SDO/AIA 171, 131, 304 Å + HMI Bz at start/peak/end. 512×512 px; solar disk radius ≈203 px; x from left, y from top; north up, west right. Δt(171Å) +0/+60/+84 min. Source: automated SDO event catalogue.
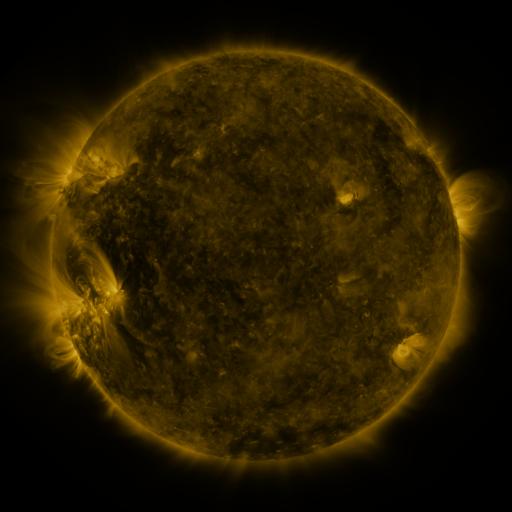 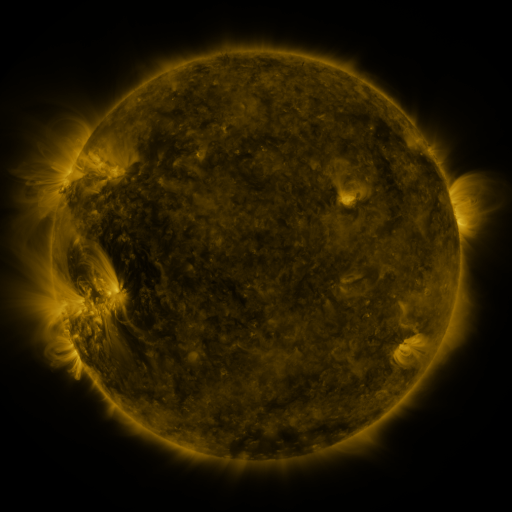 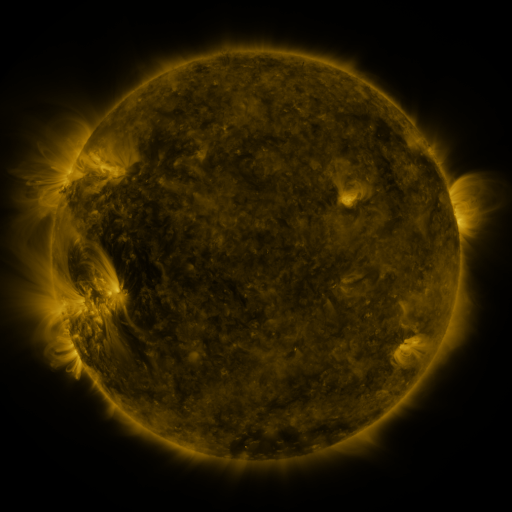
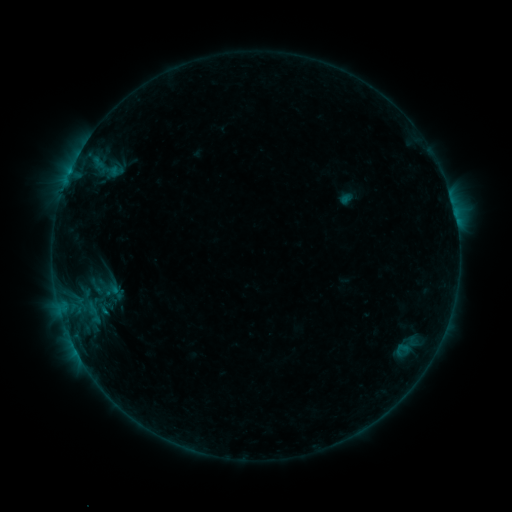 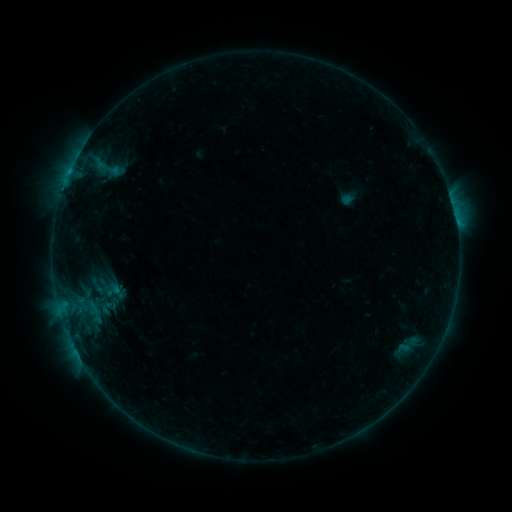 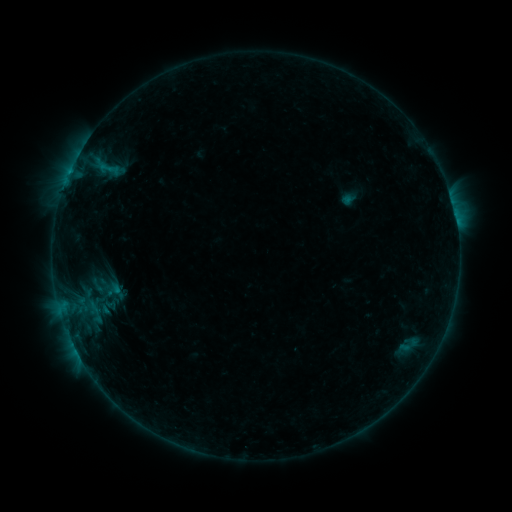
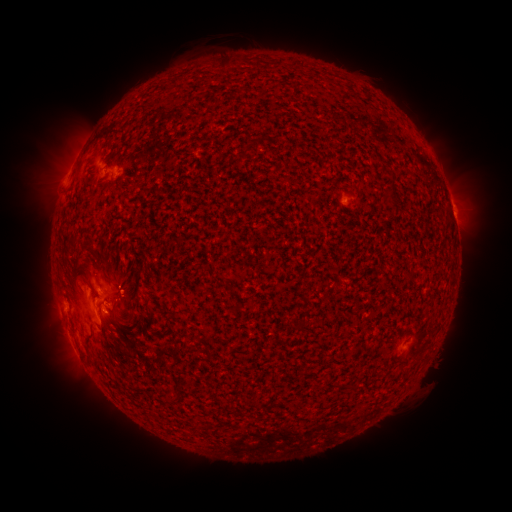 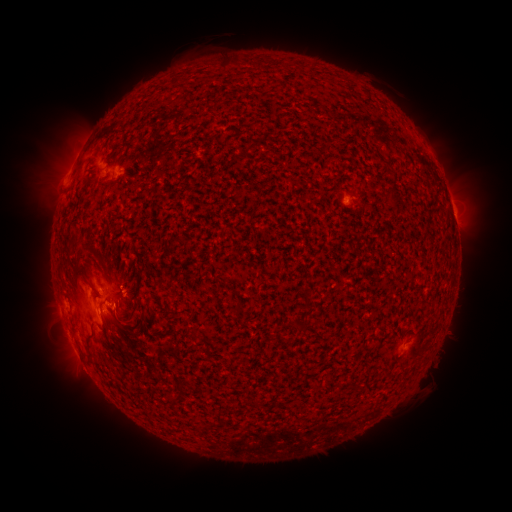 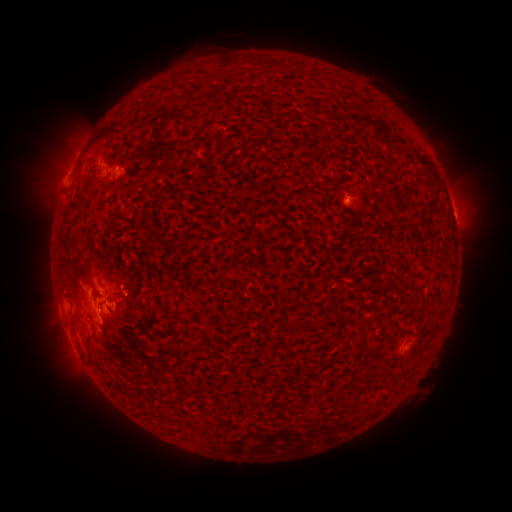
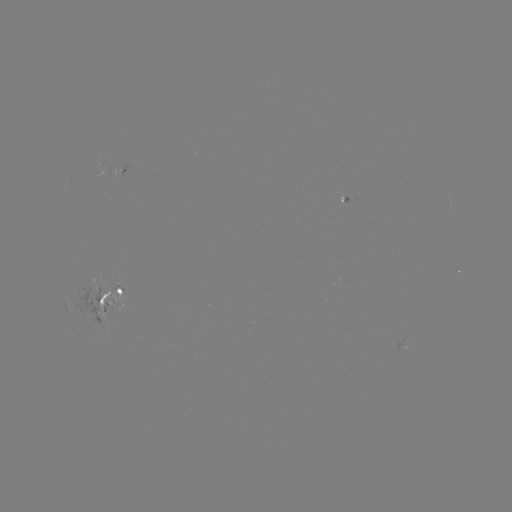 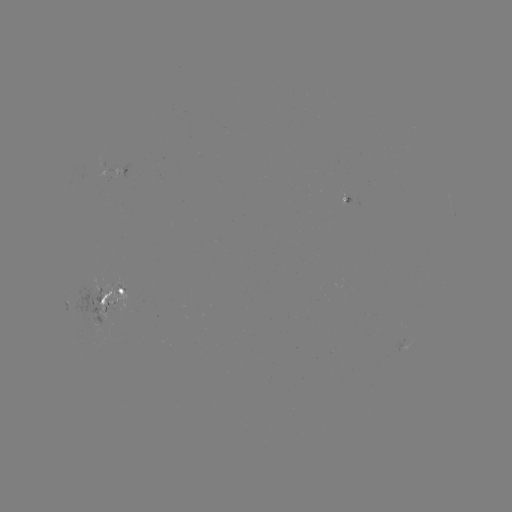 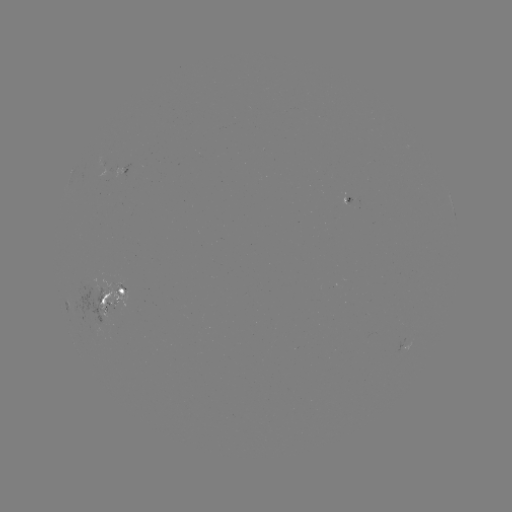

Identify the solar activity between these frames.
emerging-flux region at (98, 310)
